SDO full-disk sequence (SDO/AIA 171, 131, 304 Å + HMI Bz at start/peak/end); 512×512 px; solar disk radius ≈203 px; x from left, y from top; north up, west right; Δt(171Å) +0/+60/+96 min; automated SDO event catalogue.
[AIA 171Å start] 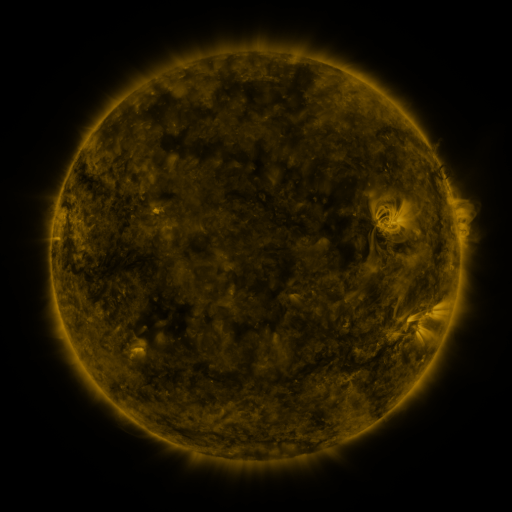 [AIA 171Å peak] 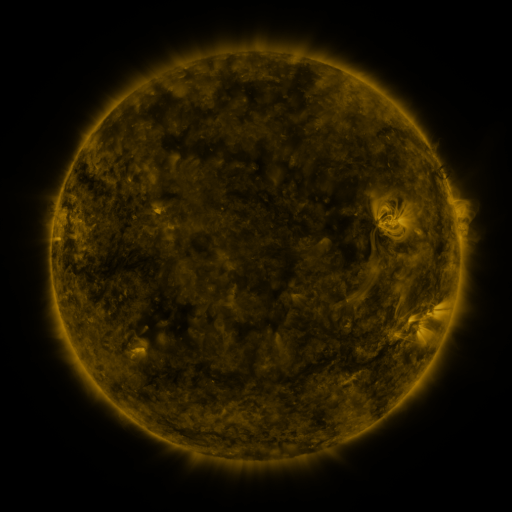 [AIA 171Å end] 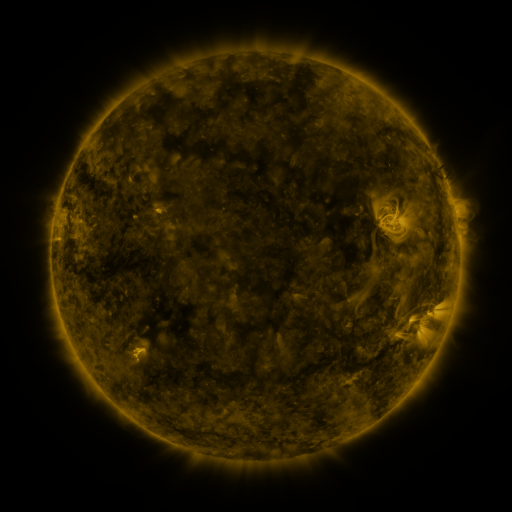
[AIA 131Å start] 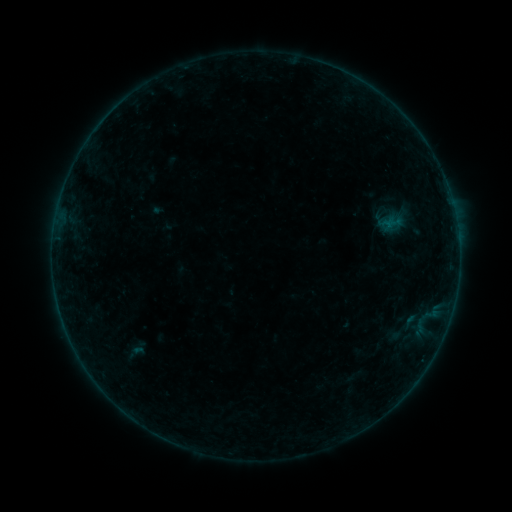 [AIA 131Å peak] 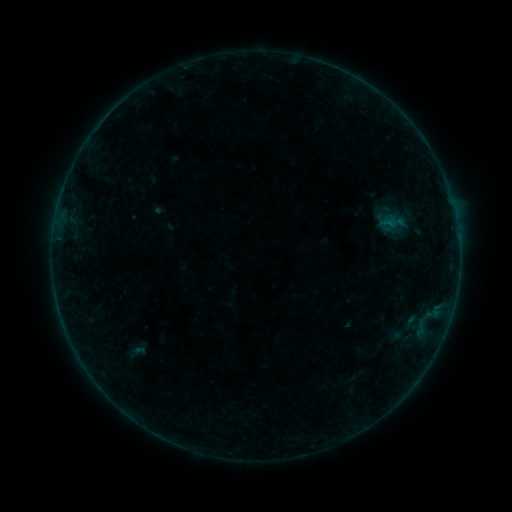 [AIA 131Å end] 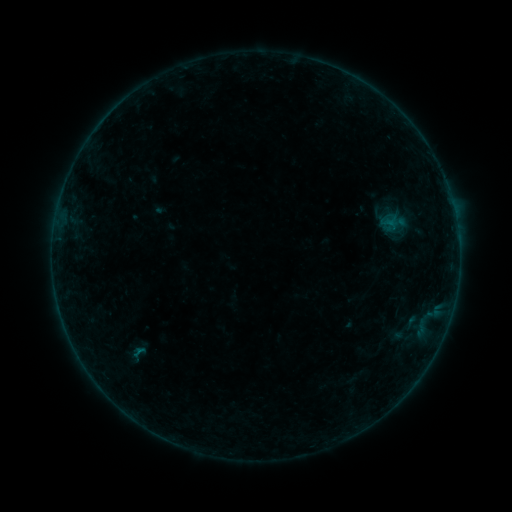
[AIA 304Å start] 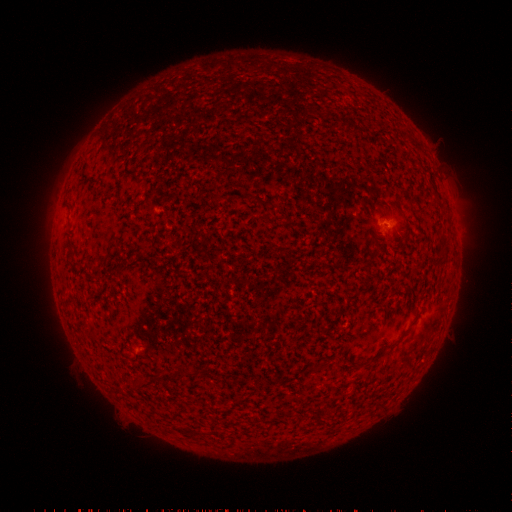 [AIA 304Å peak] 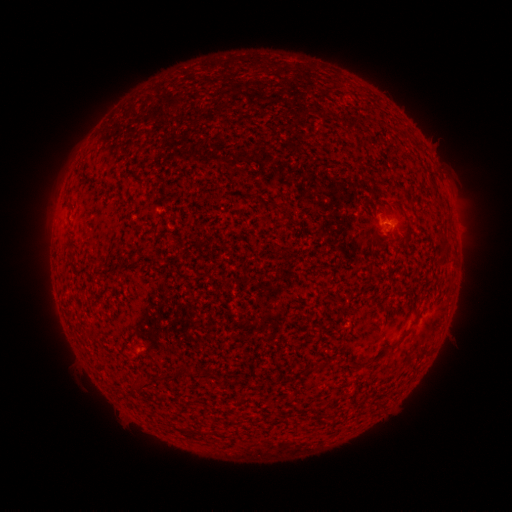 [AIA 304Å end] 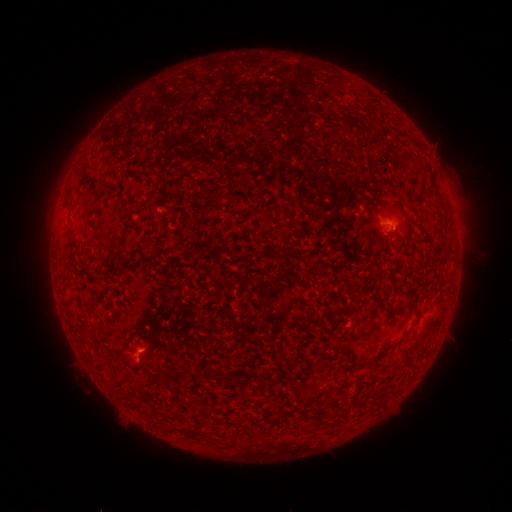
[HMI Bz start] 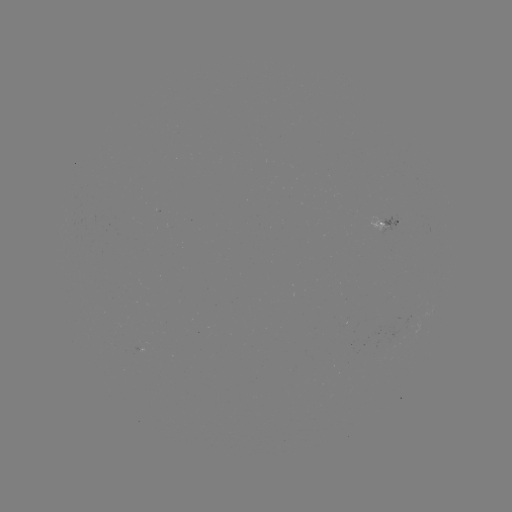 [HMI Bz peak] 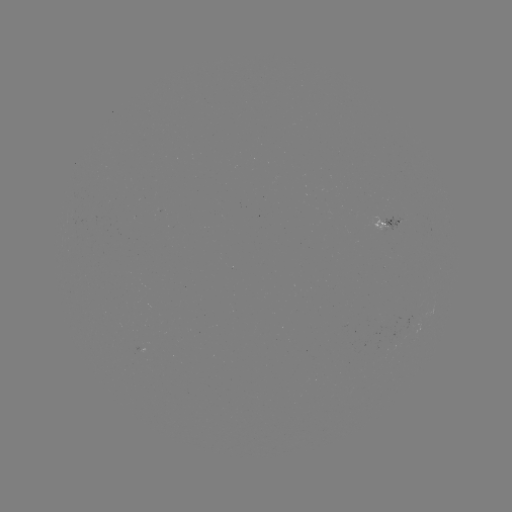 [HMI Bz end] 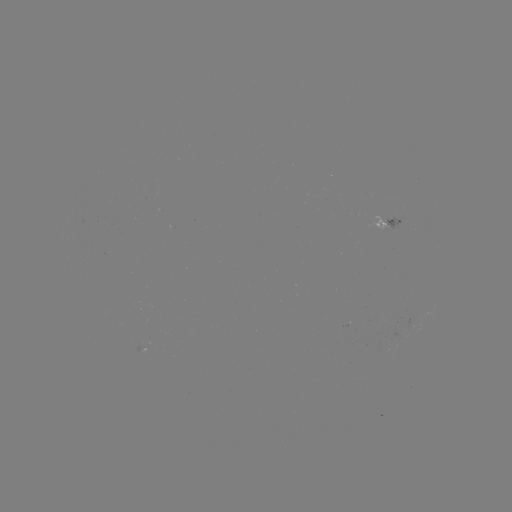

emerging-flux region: <bbox>365, 218, 389, 231</bbox>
